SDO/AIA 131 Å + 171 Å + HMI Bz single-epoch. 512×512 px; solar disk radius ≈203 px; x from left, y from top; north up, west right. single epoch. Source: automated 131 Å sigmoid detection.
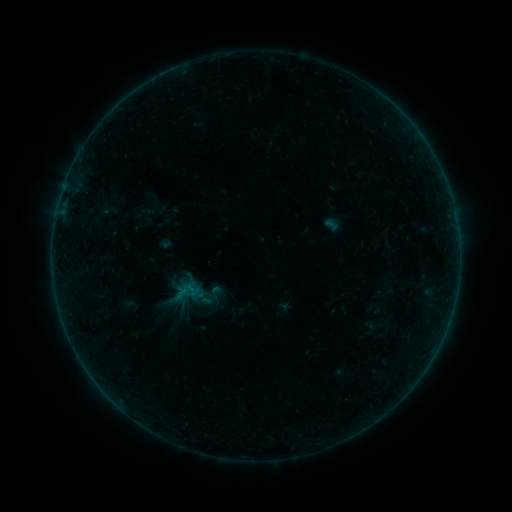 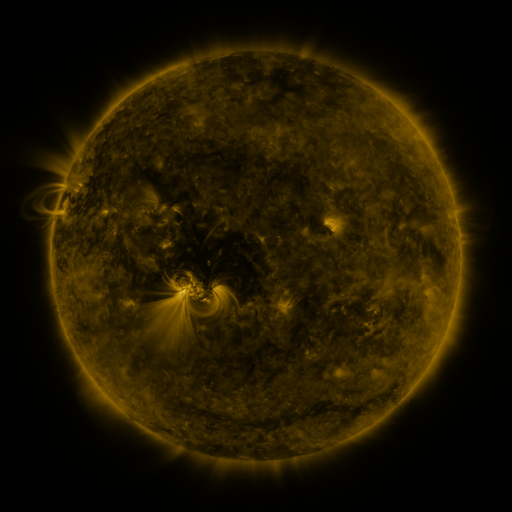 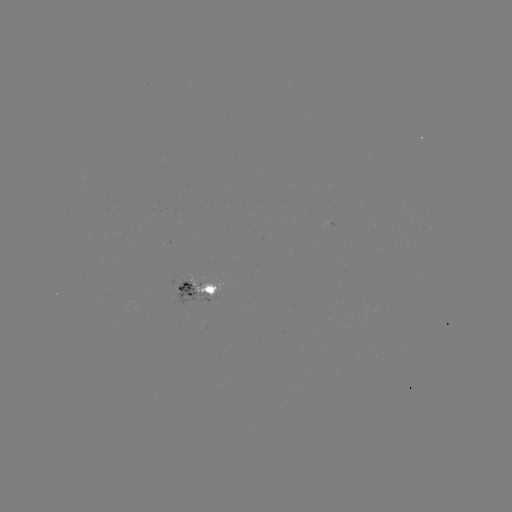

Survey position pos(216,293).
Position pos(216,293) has sigmoid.